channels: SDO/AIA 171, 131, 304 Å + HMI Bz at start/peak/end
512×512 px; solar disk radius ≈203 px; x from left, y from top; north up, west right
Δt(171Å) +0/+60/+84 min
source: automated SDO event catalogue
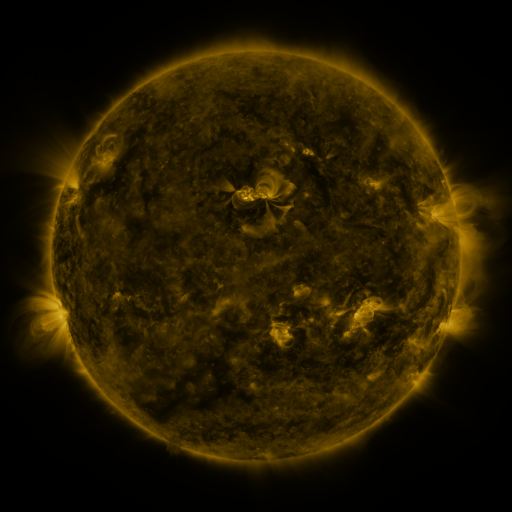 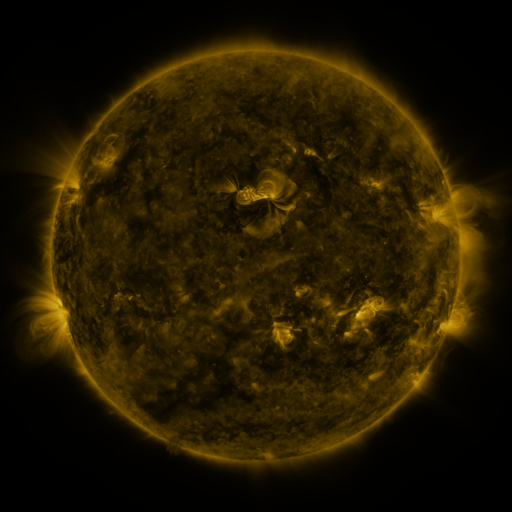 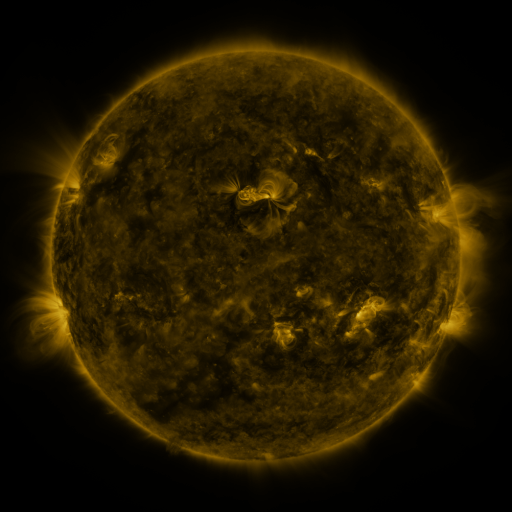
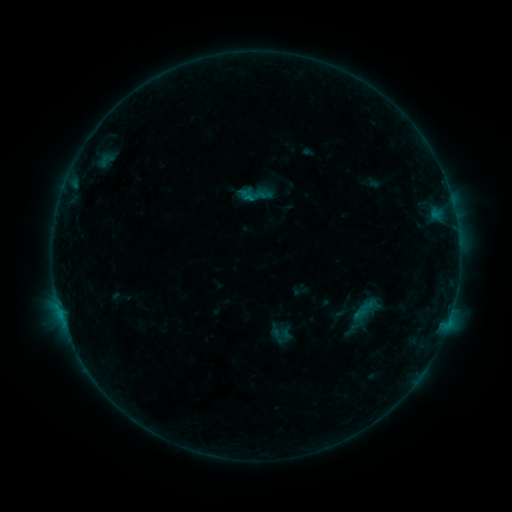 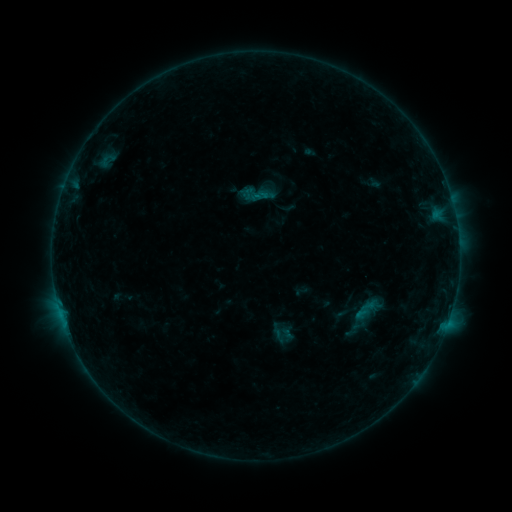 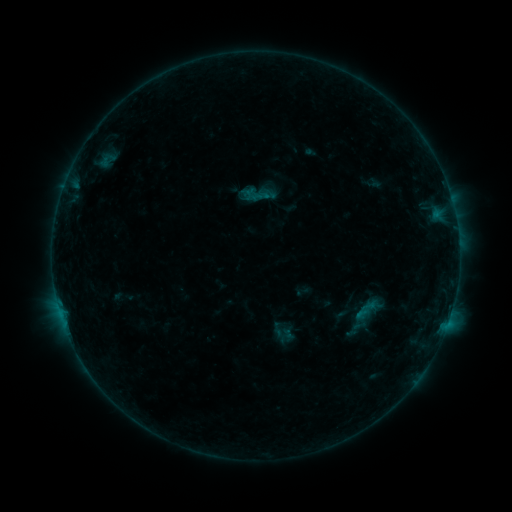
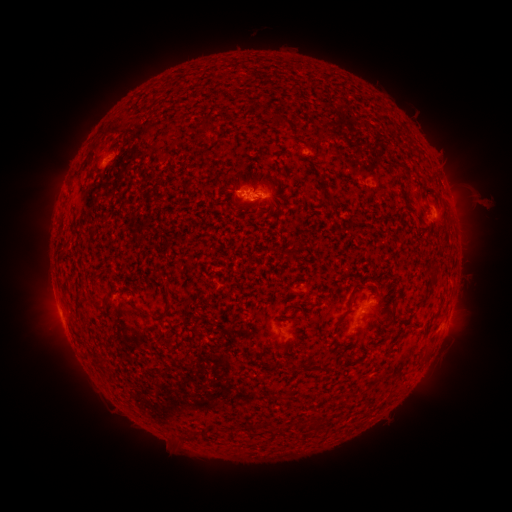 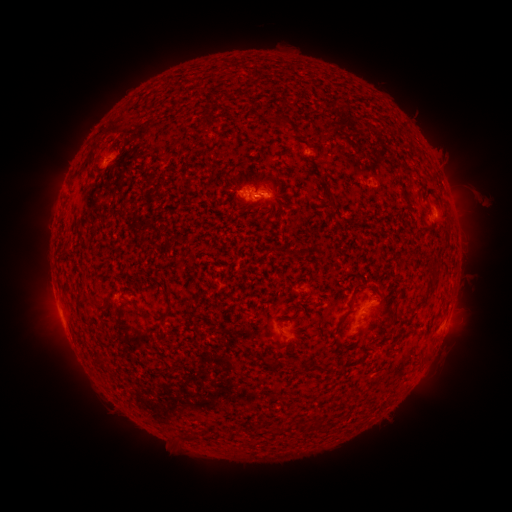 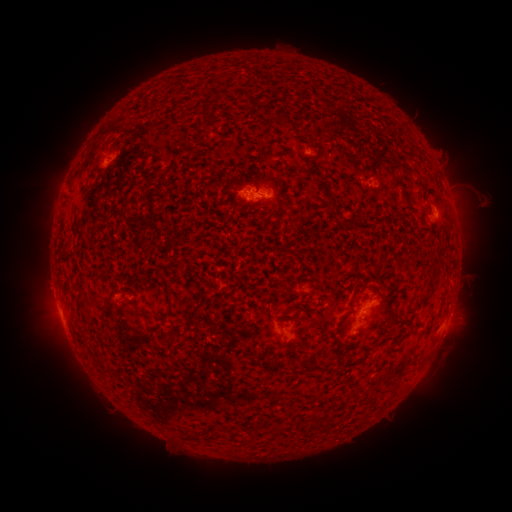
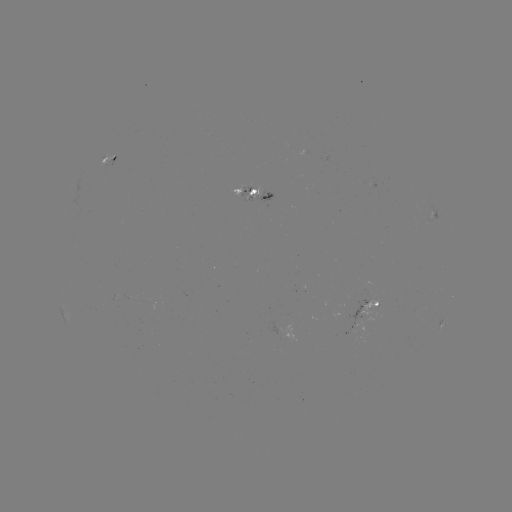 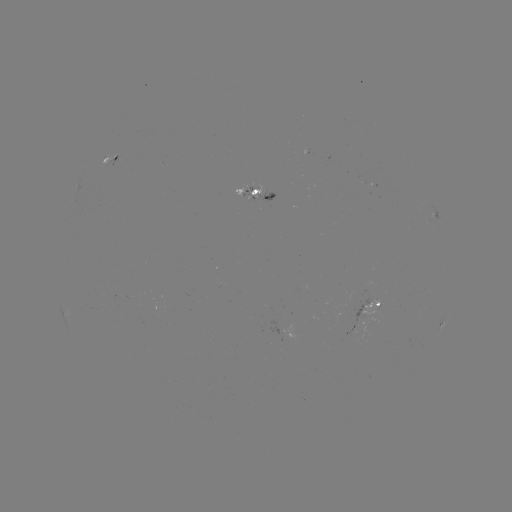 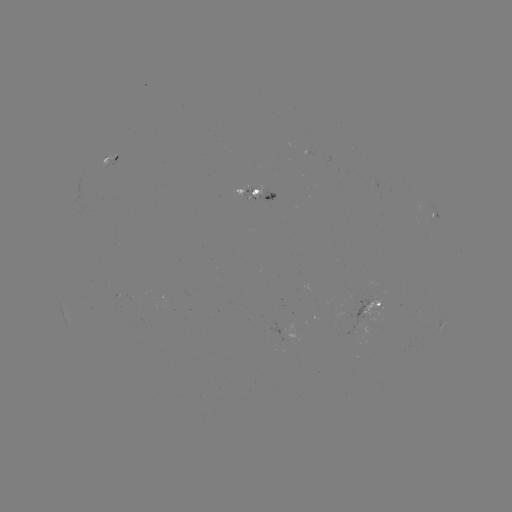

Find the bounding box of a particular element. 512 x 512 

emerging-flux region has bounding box [332, 310, 350, 319].